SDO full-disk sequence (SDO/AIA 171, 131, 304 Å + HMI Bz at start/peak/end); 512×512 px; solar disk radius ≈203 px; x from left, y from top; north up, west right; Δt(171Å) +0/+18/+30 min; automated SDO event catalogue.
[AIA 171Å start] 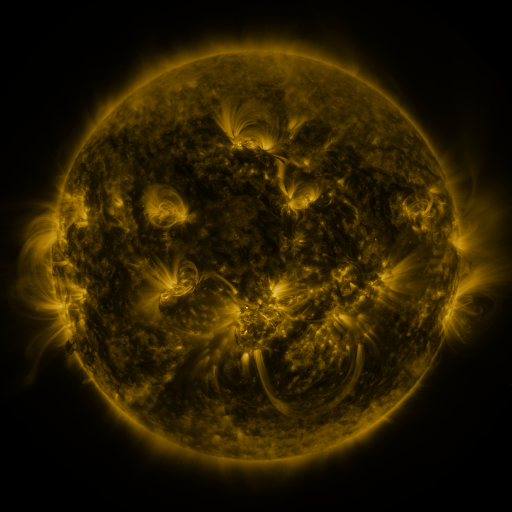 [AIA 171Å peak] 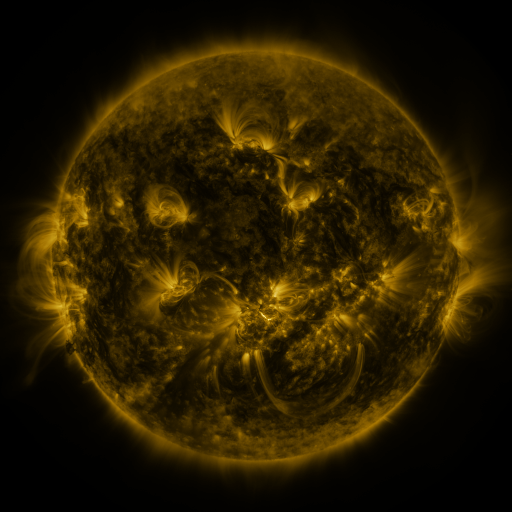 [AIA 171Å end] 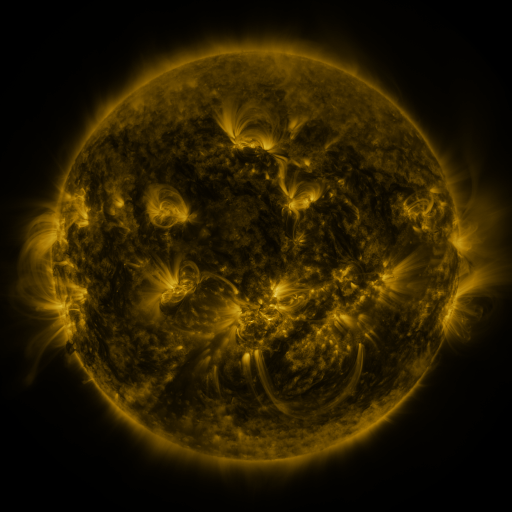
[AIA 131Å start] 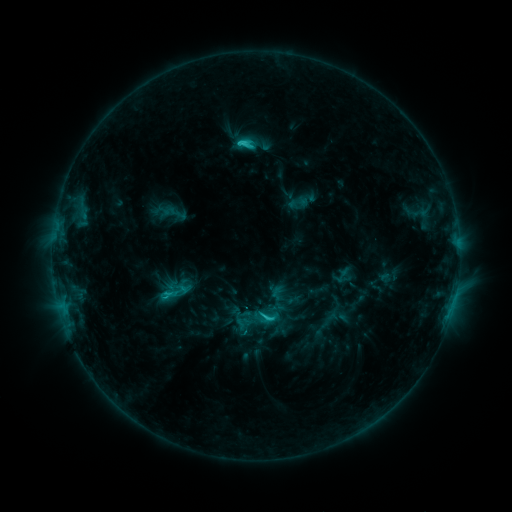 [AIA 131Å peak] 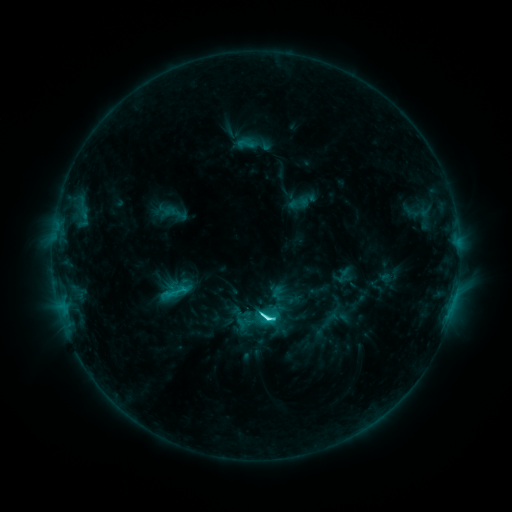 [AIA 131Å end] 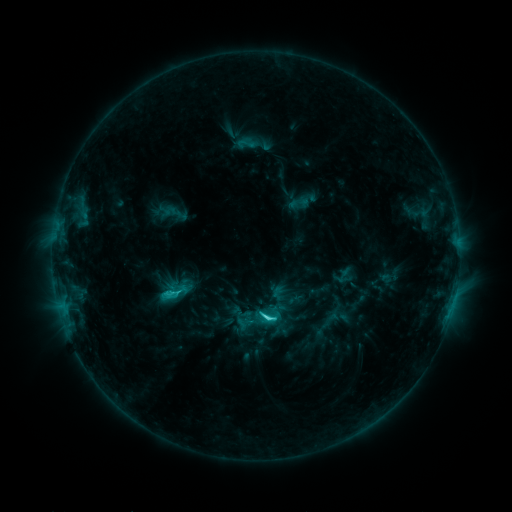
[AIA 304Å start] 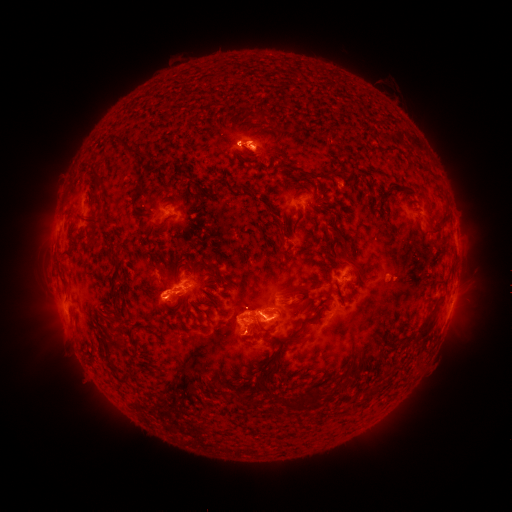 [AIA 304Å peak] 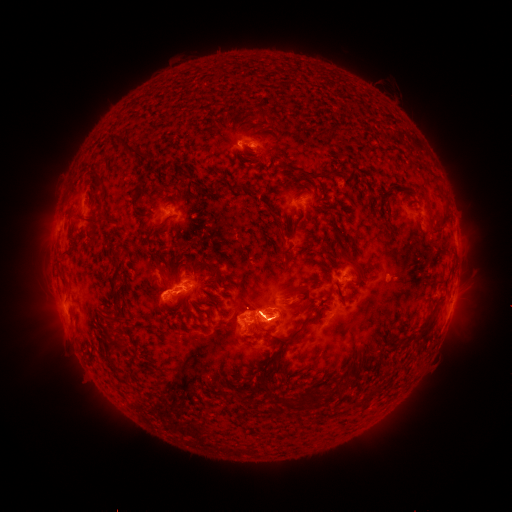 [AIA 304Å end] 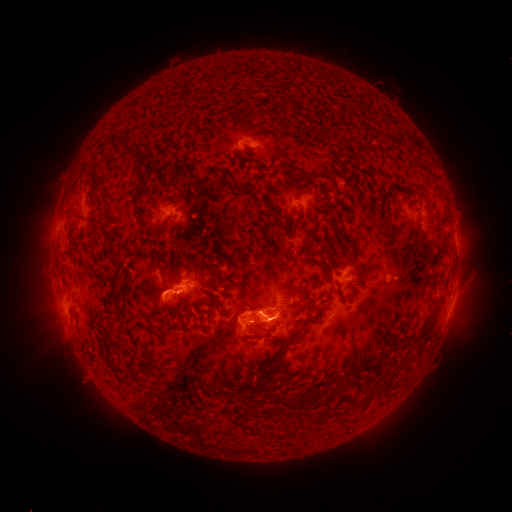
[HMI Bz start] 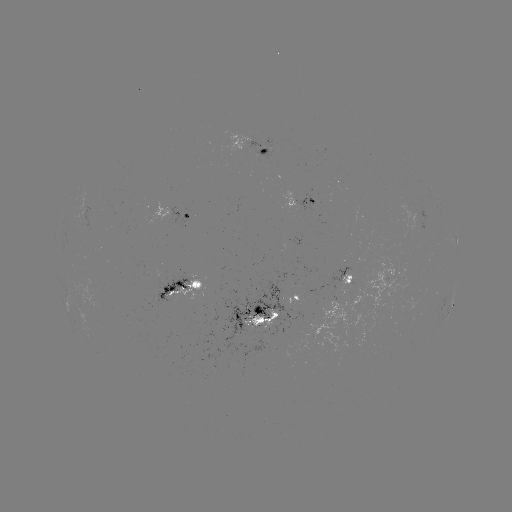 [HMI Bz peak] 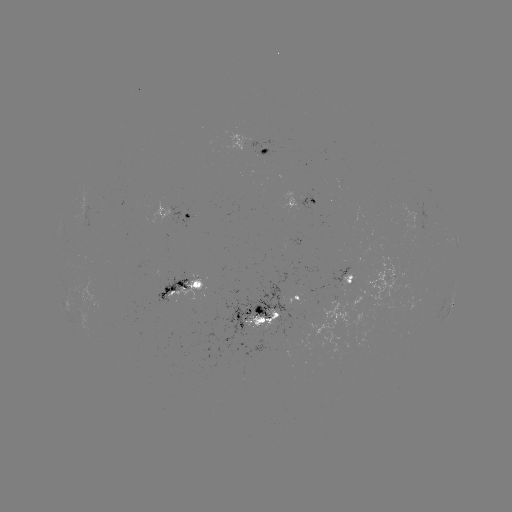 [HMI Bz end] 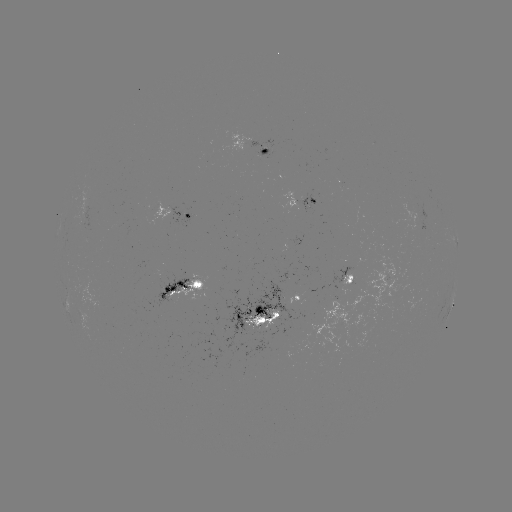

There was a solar flare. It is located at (266, 318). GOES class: C7.1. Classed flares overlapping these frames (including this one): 1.